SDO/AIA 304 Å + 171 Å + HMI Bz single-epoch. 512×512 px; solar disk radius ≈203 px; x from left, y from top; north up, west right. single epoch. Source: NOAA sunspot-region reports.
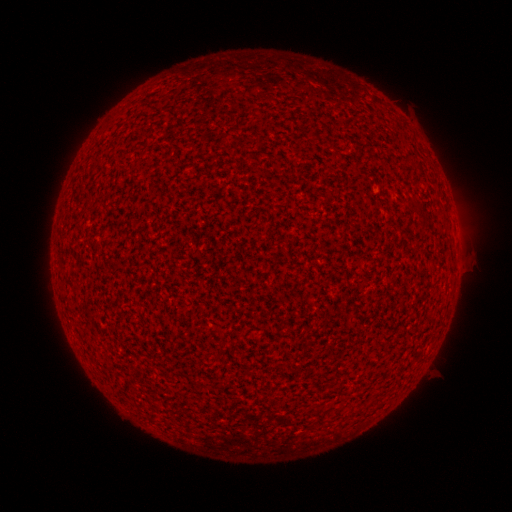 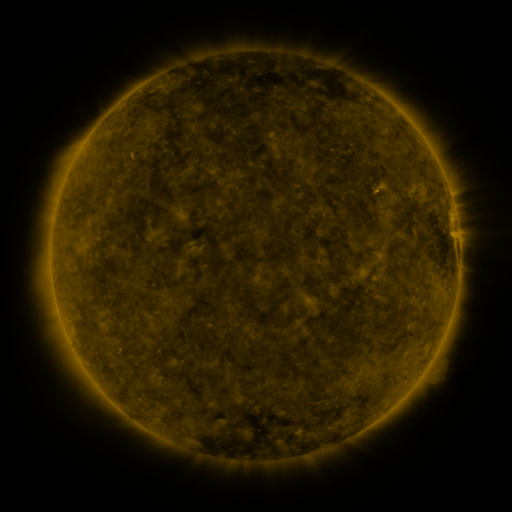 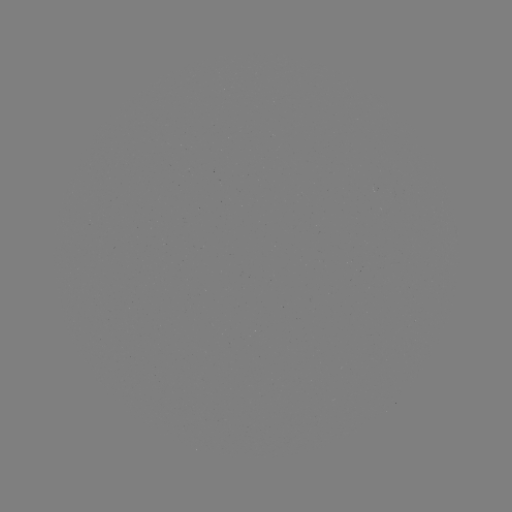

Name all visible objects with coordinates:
(none)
